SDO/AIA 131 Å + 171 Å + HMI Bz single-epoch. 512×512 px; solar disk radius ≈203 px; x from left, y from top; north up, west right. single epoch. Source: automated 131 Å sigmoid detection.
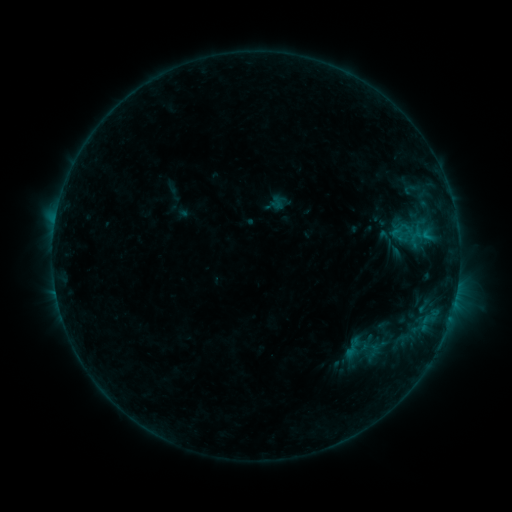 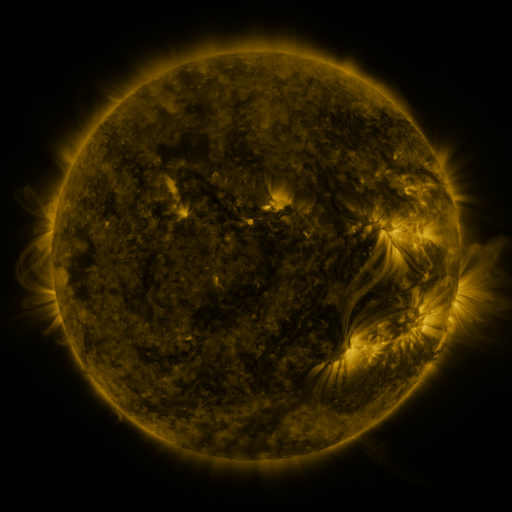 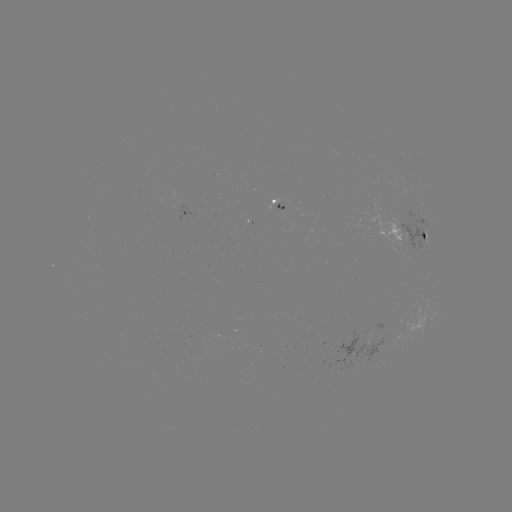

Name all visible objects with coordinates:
sigmoid: (386, 238)
